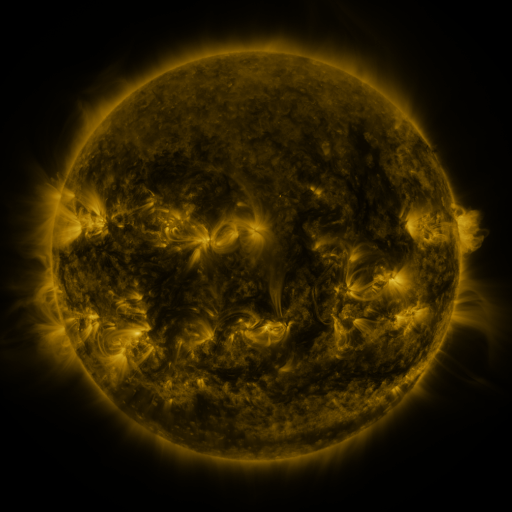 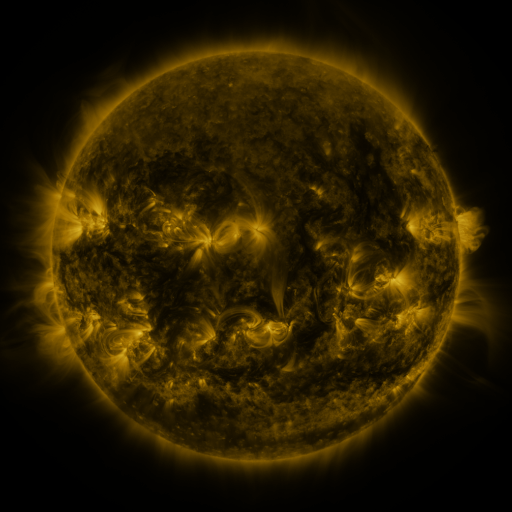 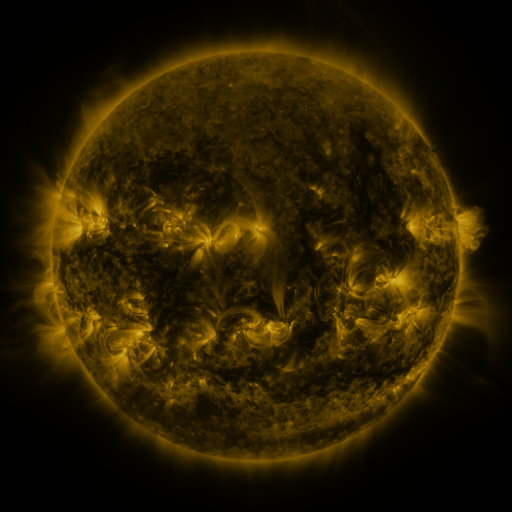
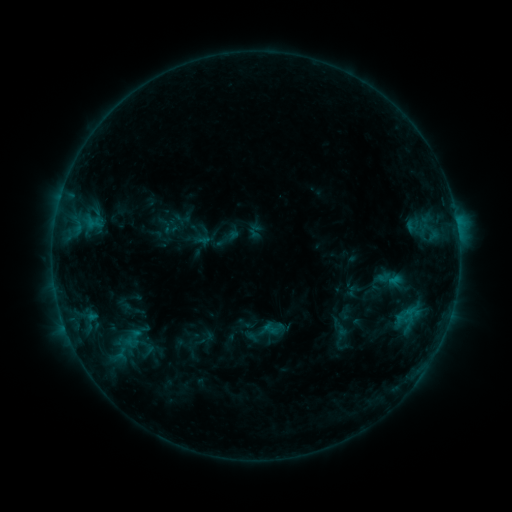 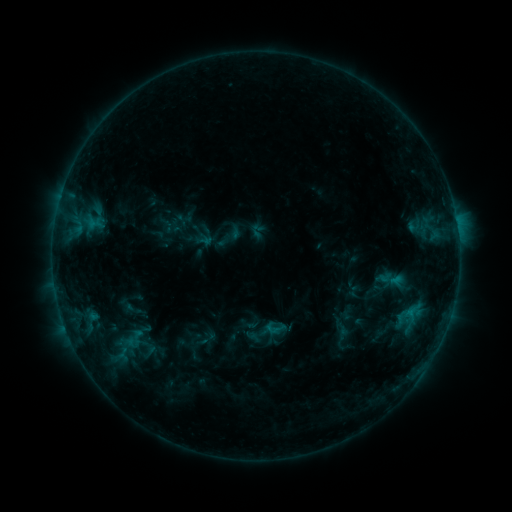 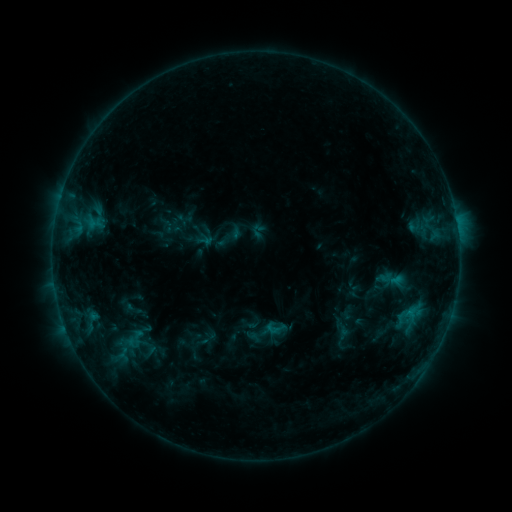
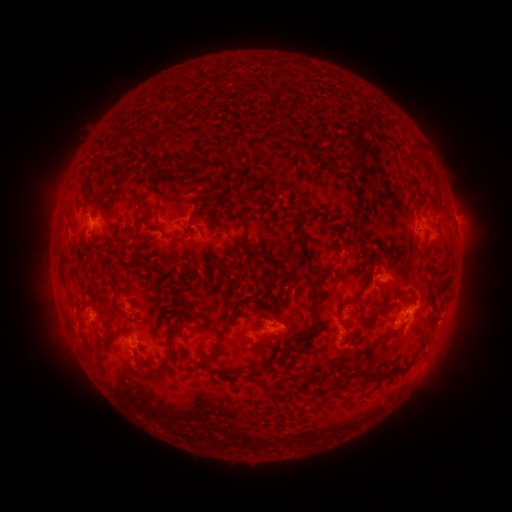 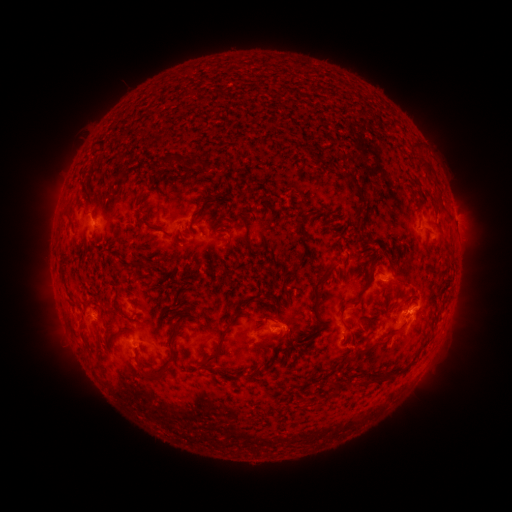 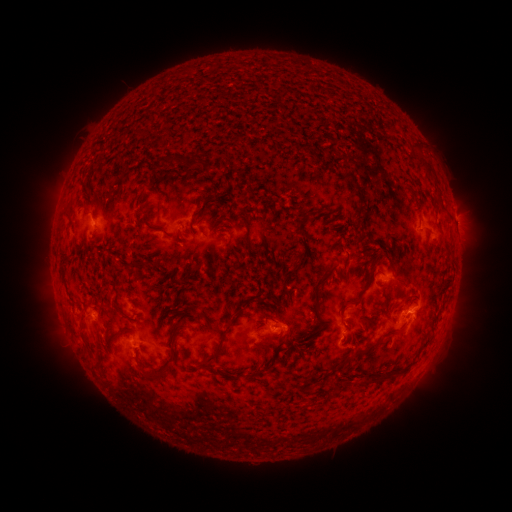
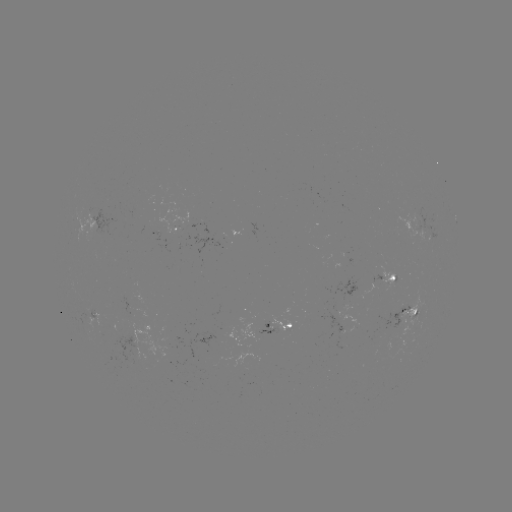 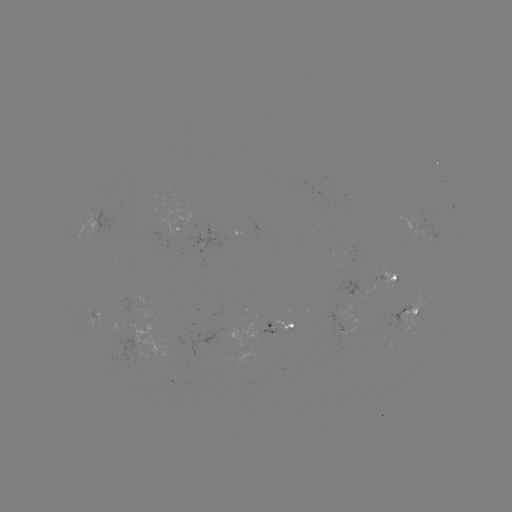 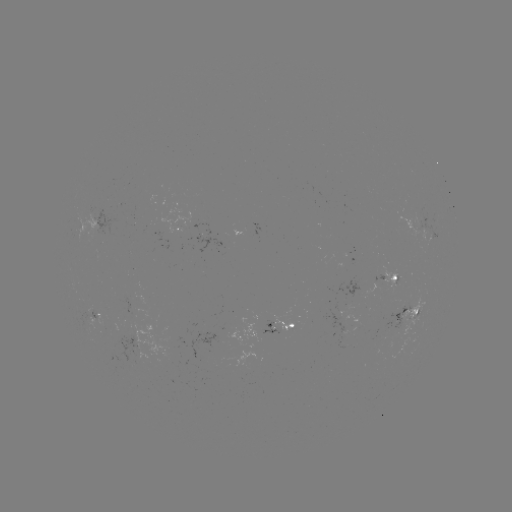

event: emerging-flux region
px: (214, 350)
